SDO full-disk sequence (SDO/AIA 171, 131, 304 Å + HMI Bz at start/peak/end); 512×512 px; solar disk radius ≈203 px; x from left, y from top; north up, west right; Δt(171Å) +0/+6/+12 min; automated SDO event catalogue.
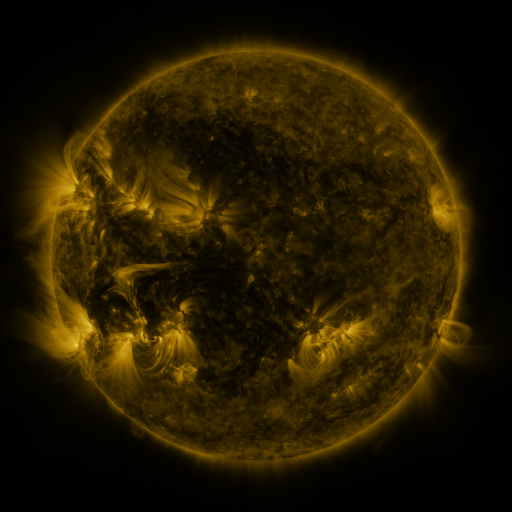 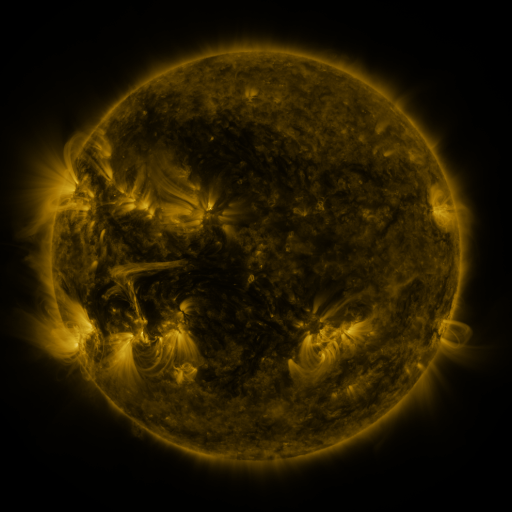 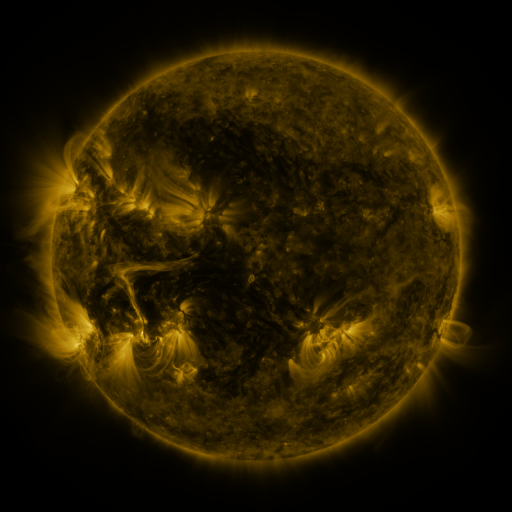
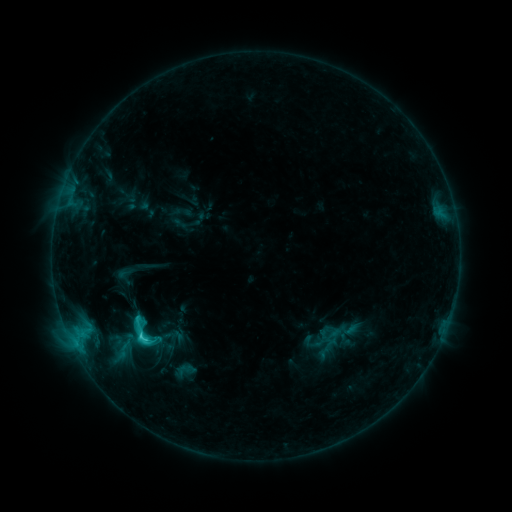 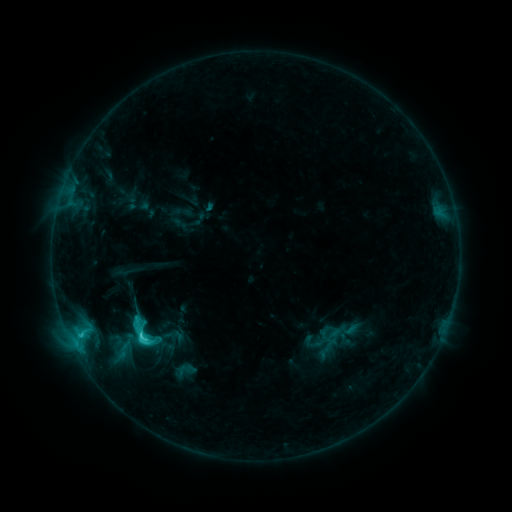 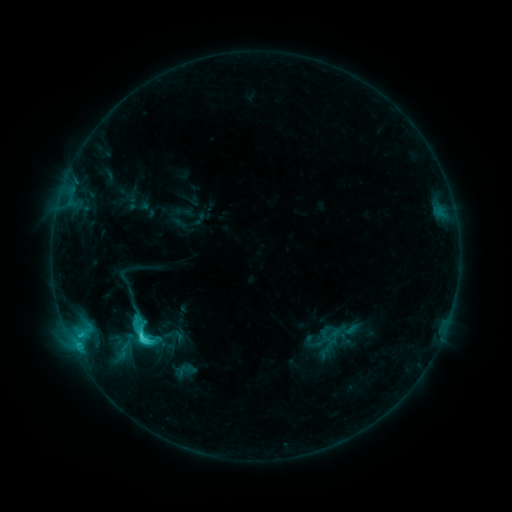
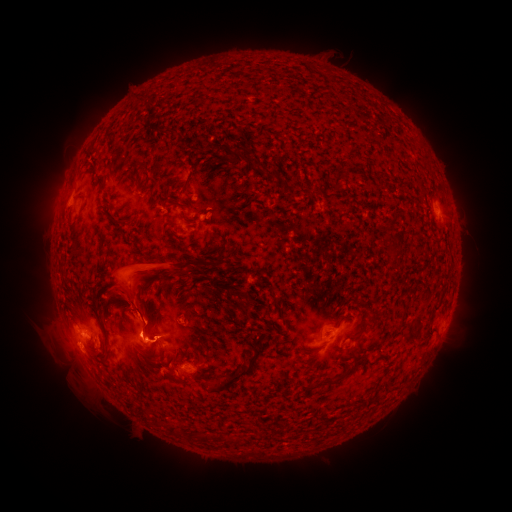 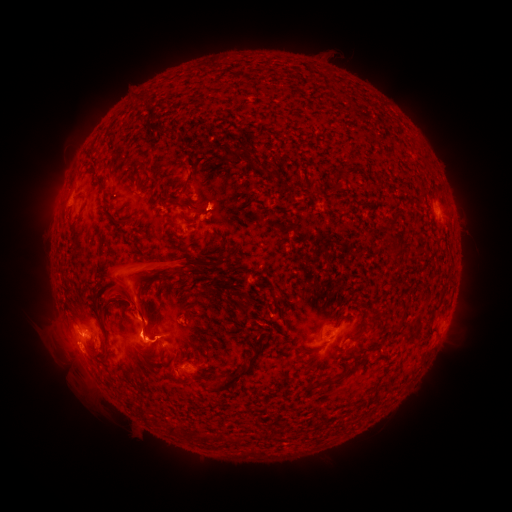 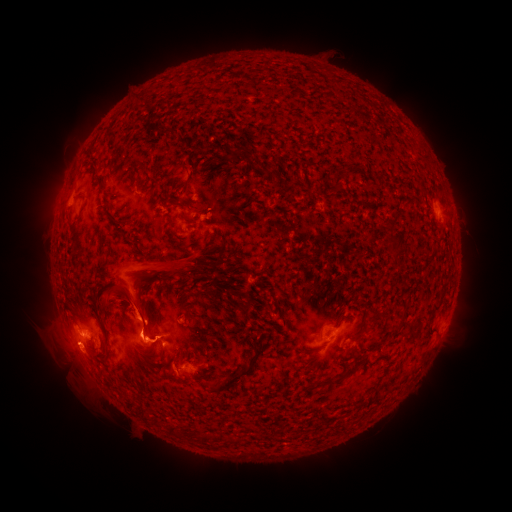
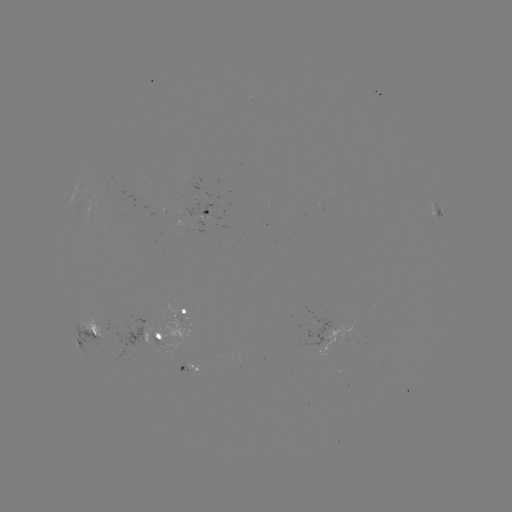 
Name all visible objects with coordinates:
eruption: (217, 199)
